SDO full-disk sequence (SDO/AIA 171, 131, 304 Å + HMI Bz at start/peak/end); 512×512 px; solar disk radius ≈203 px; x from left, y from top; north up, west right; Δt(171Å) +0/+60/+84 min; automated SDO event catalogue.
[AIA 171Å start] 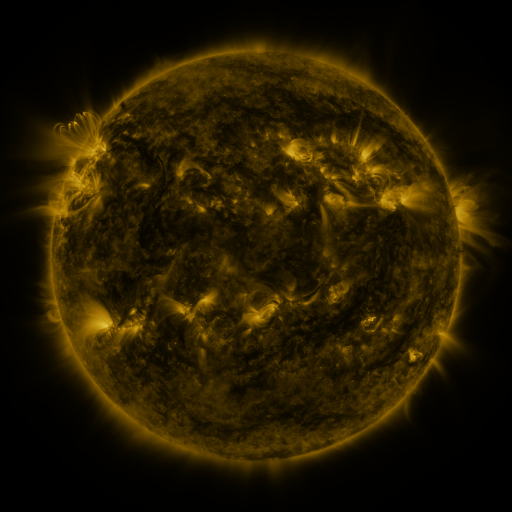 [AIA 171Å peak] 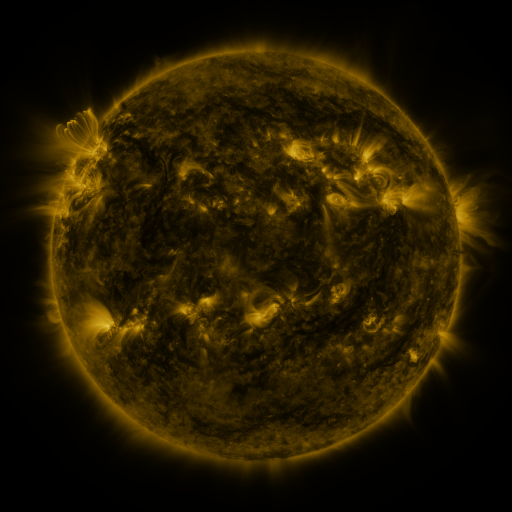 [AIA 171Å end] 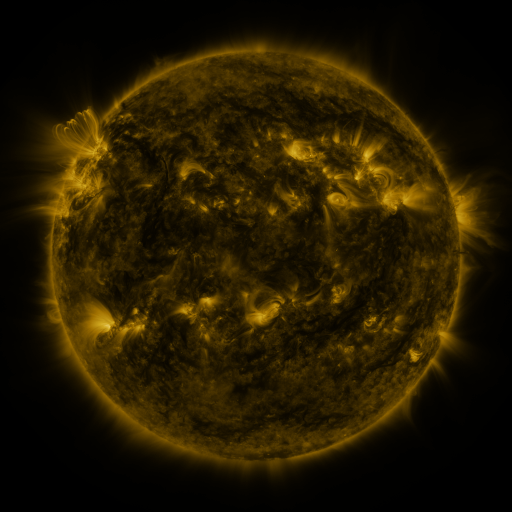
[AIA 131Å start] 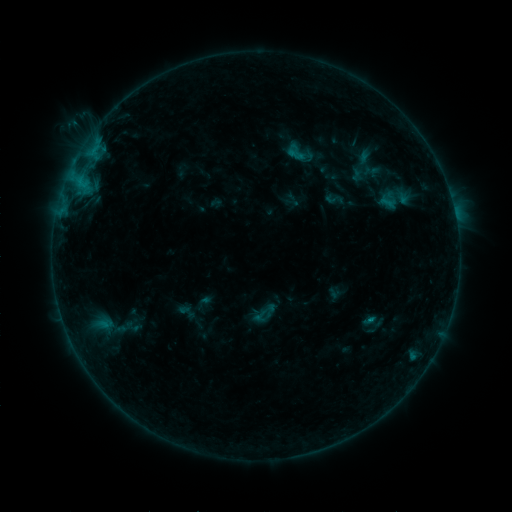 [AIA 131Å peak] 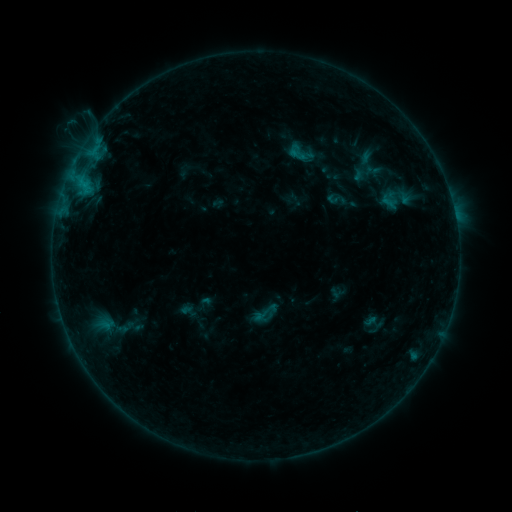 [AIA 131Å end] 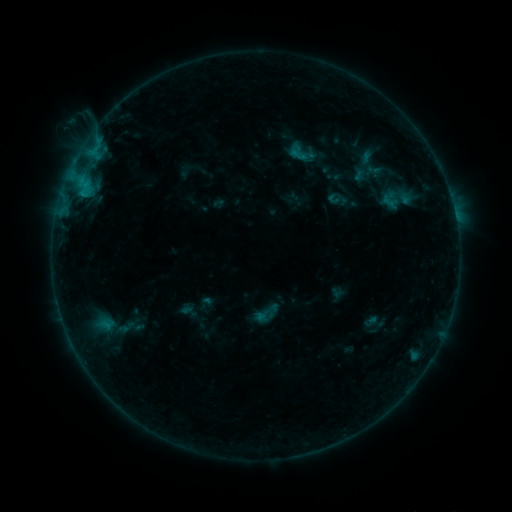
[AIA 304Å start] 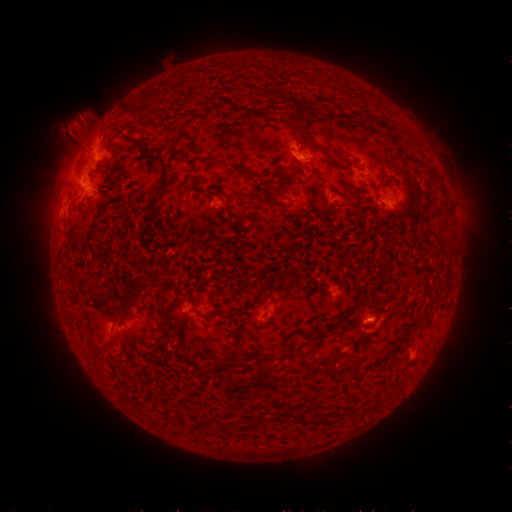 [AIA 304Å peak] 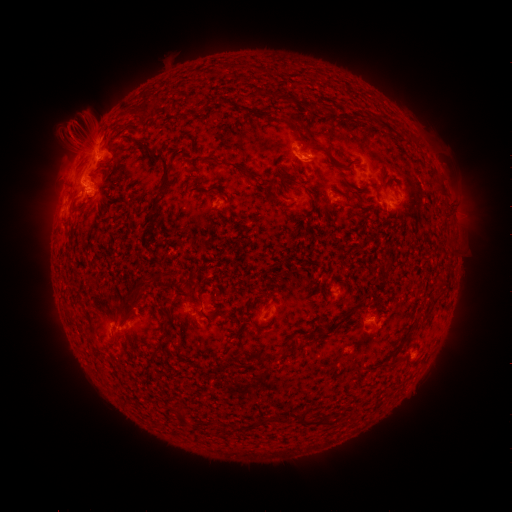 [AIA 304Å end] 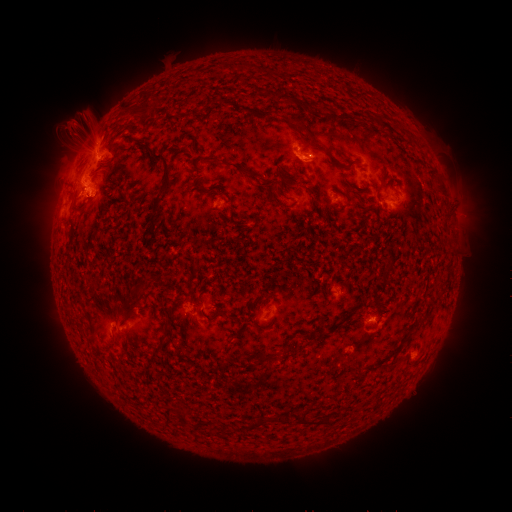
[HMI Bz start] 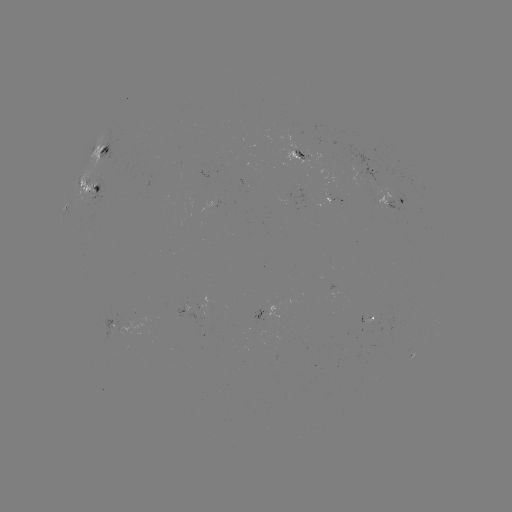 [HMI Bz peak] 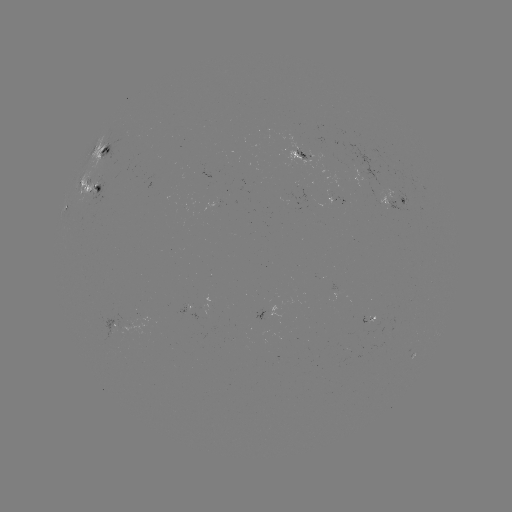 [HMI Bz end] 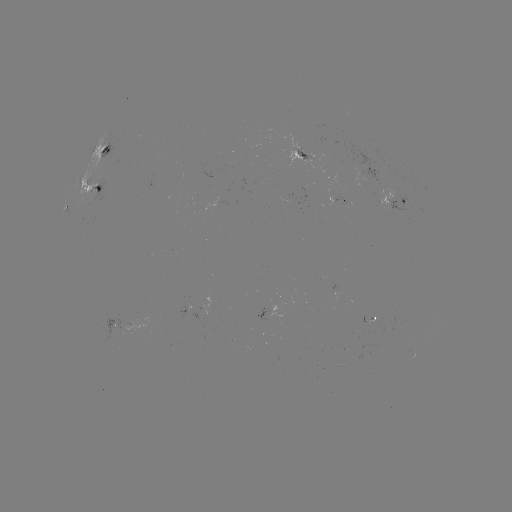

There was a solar emerging-flux region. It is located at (131, 327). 